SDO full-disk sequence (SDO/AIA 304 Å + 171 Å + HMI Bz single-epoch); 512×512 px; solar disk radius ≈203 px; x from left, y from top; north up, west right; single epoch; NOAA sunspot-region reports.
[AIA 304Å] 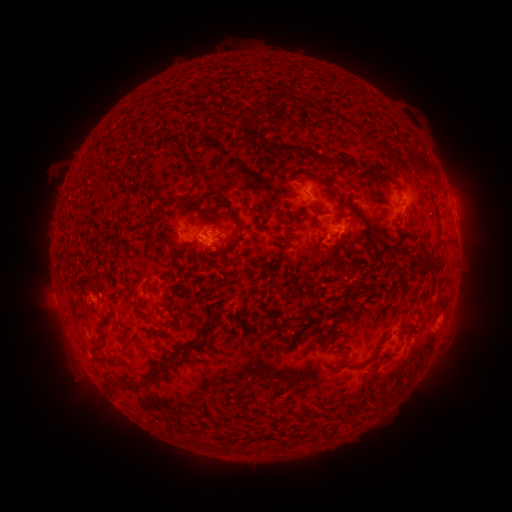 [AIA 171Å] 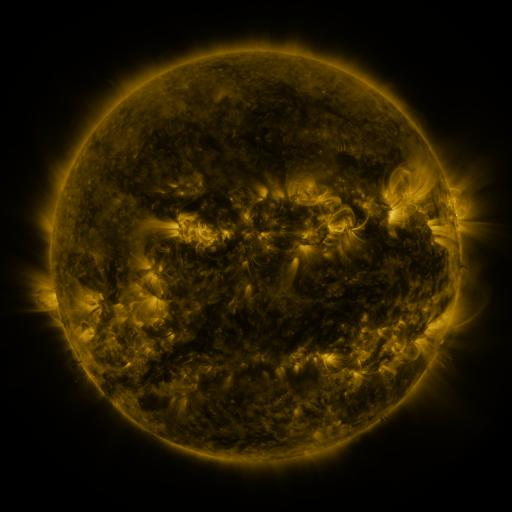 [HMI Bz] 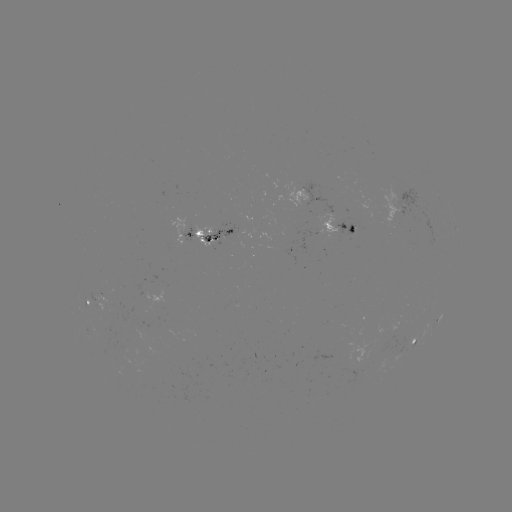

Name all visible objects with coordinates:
spotted active region: (302, 196)
spotted active region: (454, 216)
spotted active region: (341, 230)
spotted active region: (207, 234)
spotted active region: (457, 235)
spotted active region: (83, 288)
spotted active region: (413, 342)
